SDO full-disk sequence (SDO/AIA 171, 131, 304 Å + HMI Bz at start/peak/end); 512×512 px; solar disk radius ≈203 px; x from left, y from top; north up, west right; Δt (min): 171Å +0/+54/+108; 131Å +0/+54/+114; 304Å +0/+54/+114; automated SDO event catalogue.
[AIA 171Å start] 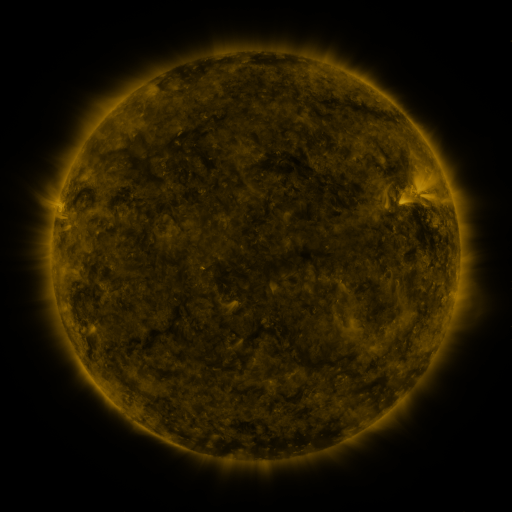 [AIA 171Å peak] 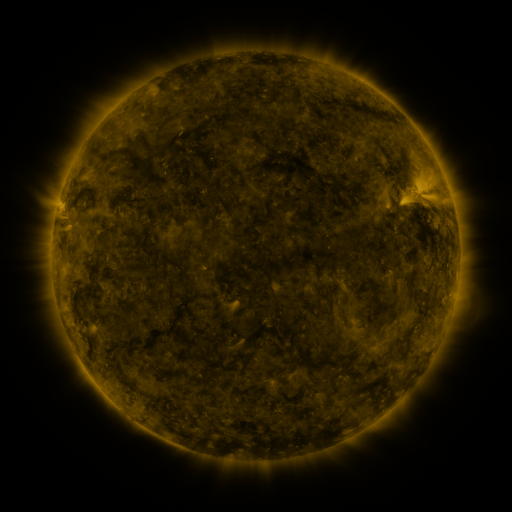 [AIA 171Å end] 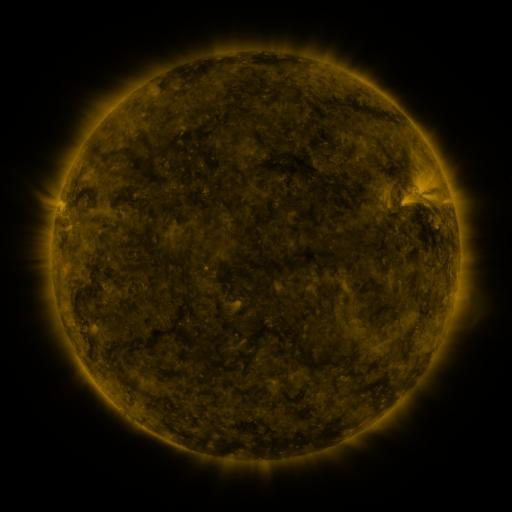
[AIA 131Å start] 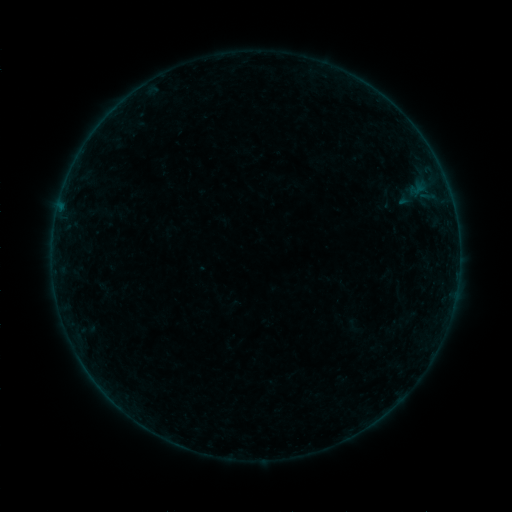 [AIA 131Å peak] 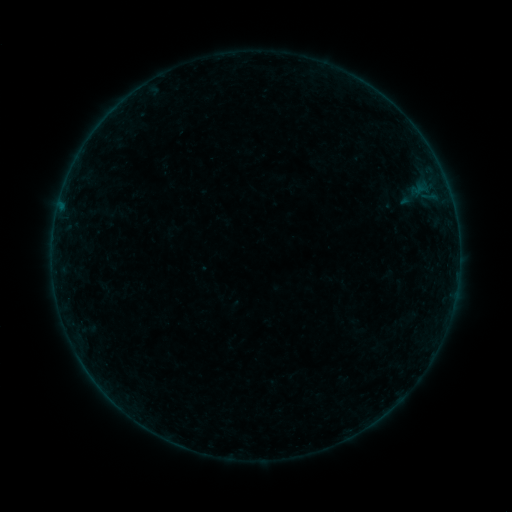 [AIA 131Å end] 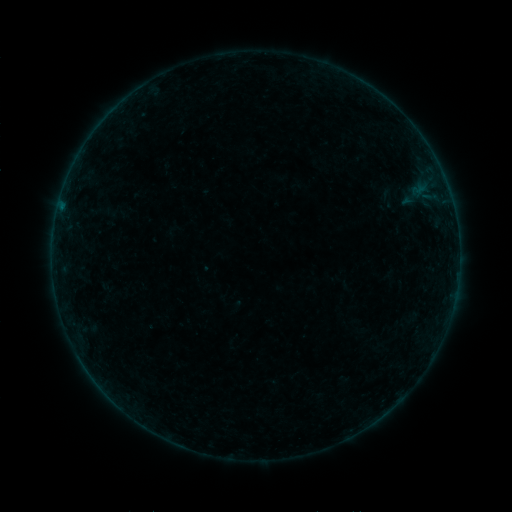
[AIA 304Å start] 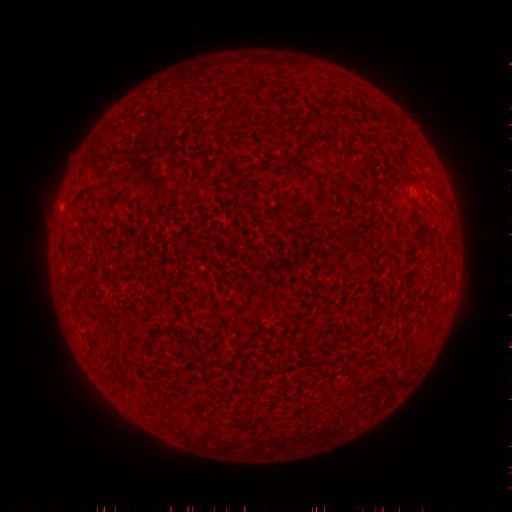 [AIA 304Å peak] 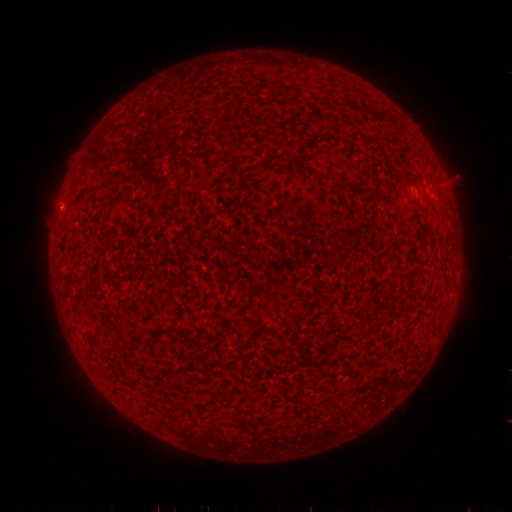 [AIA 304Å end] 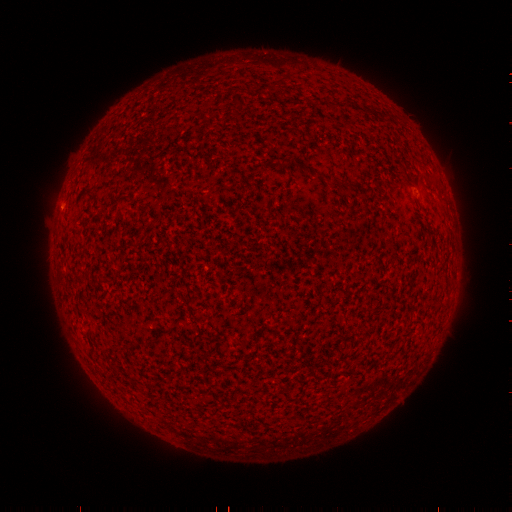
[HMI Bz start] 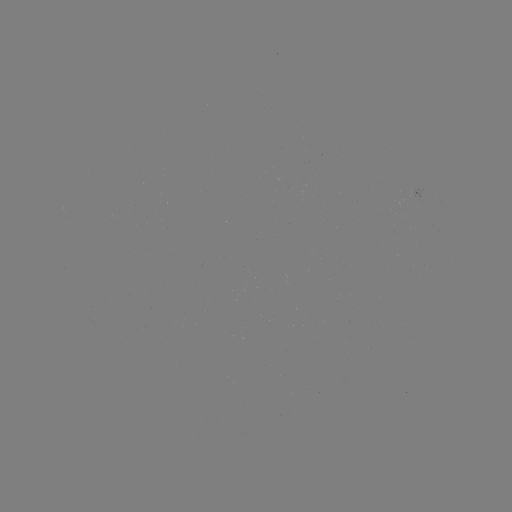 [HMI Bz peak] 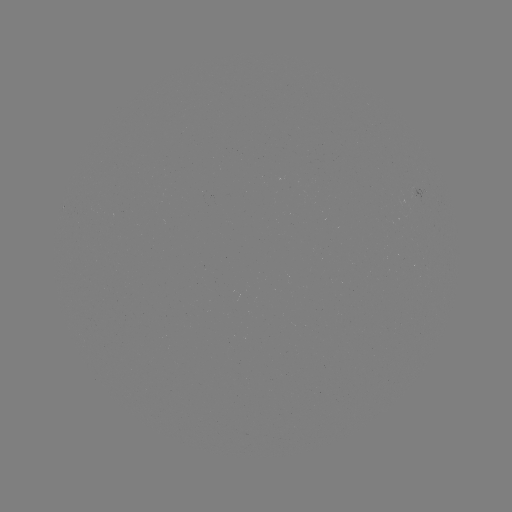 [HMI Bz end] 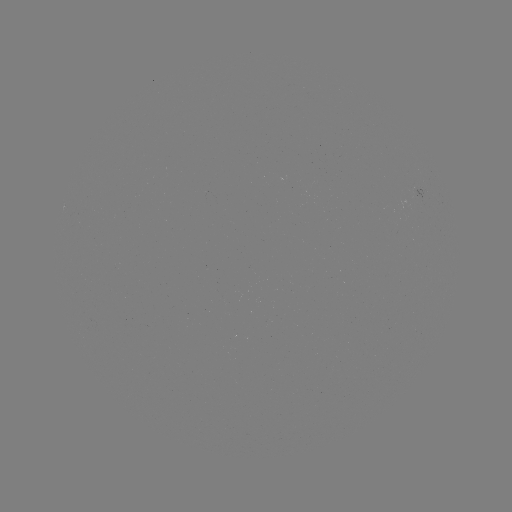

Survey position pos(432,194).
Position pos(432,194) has filament eruption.